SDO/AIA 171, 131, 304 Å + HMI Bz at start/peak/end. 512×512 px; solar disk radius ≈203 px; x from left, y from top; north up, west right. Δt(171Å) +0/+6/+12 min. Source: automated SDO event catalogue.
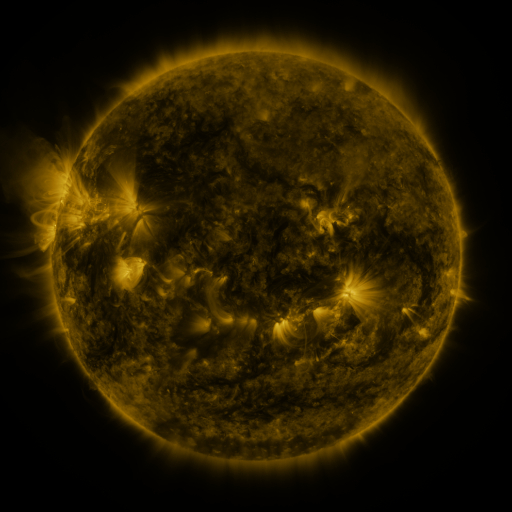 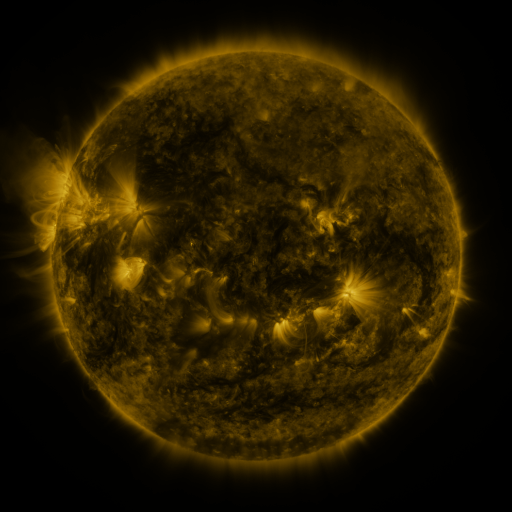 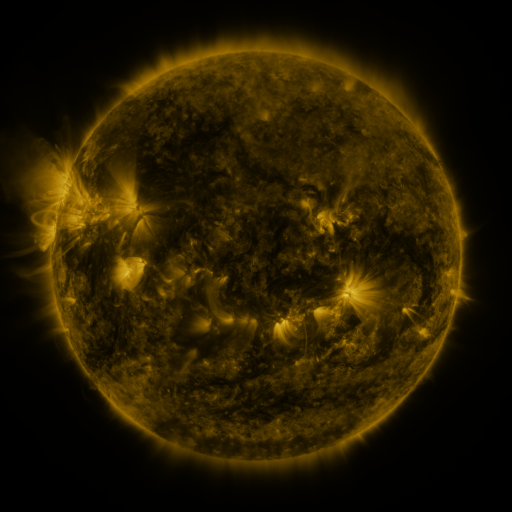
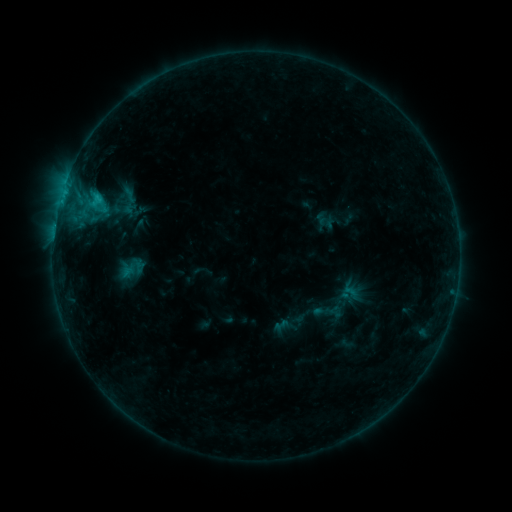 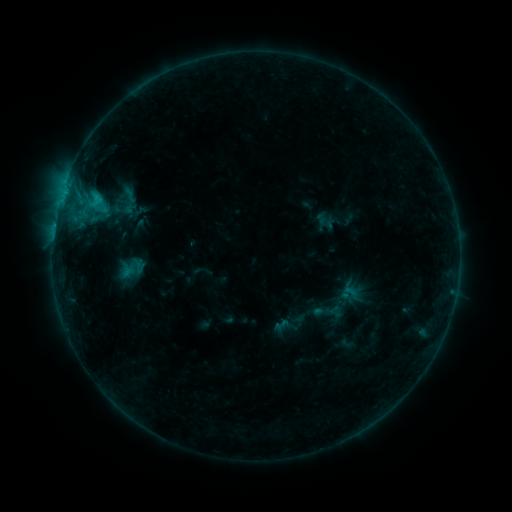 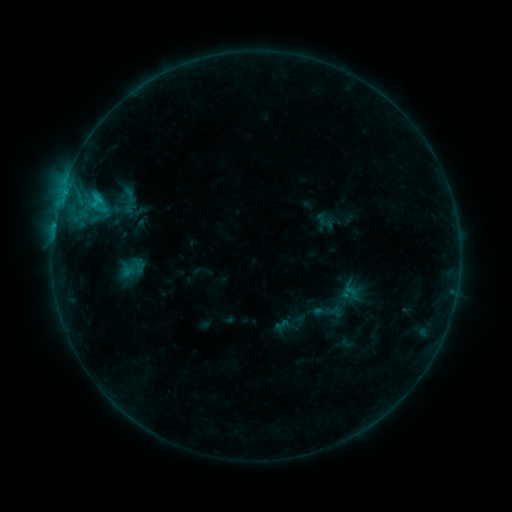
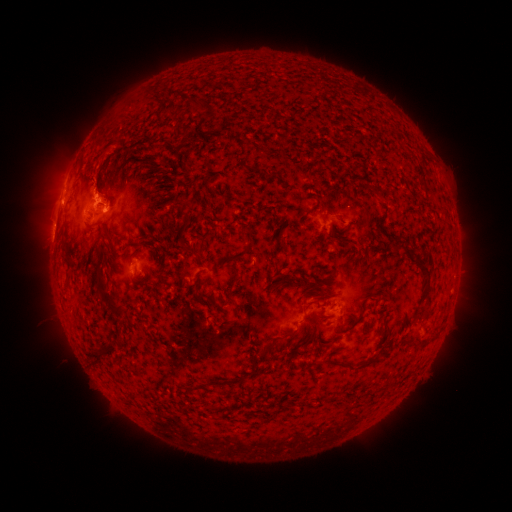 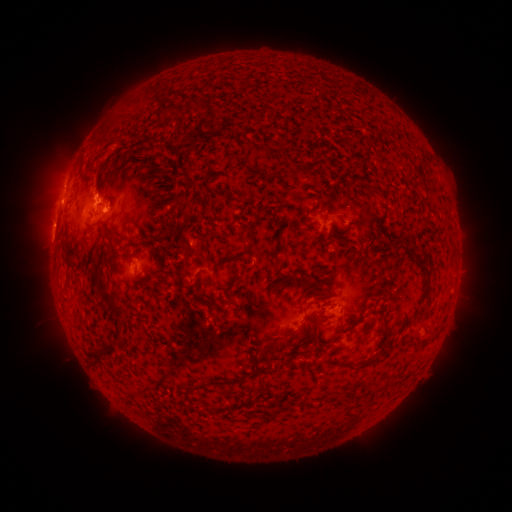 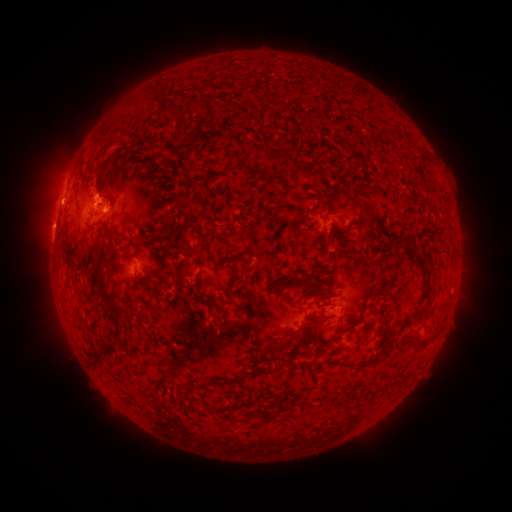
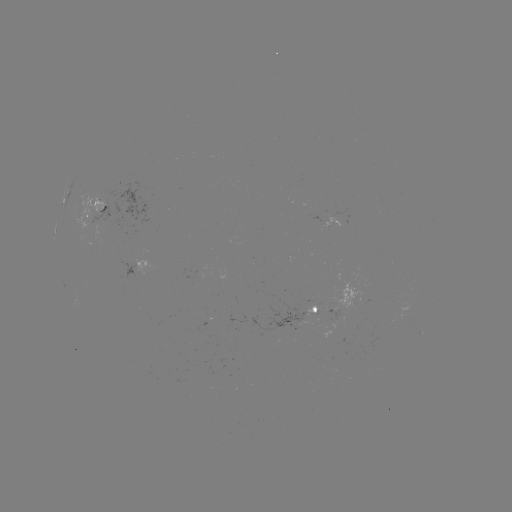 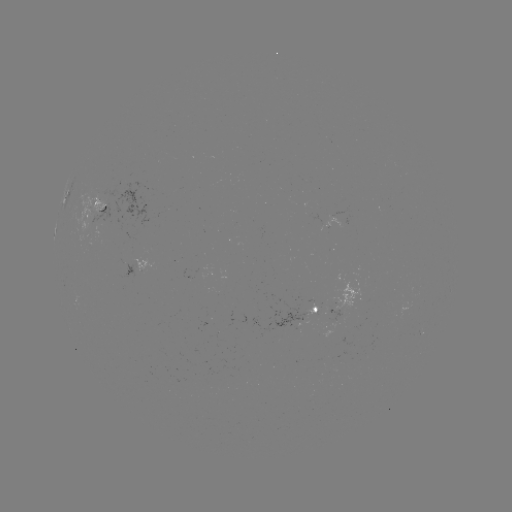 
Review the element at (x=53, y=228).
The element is eruption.